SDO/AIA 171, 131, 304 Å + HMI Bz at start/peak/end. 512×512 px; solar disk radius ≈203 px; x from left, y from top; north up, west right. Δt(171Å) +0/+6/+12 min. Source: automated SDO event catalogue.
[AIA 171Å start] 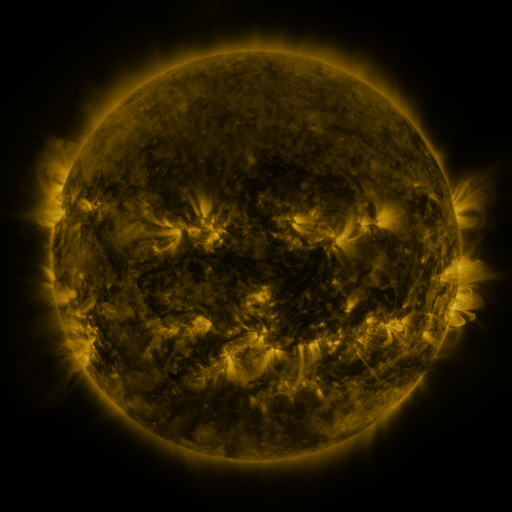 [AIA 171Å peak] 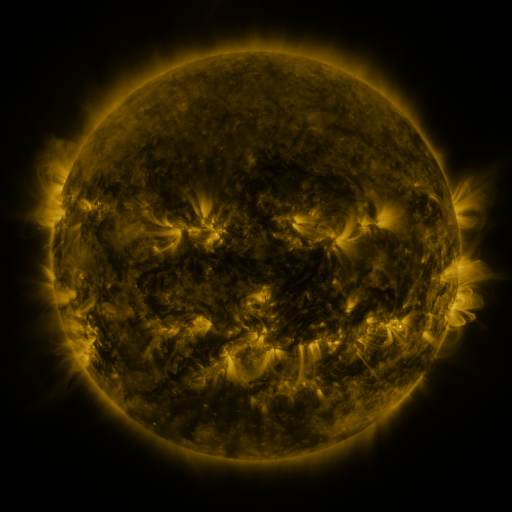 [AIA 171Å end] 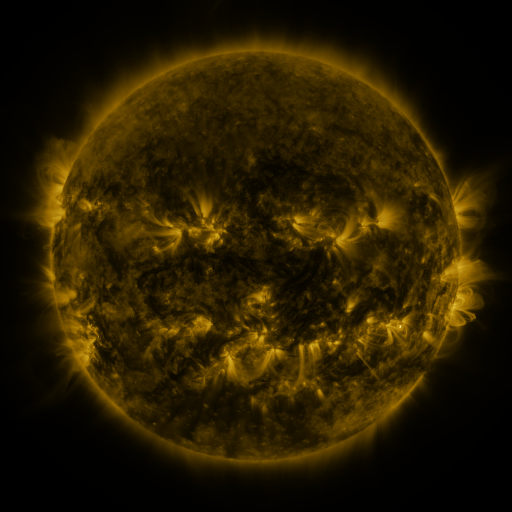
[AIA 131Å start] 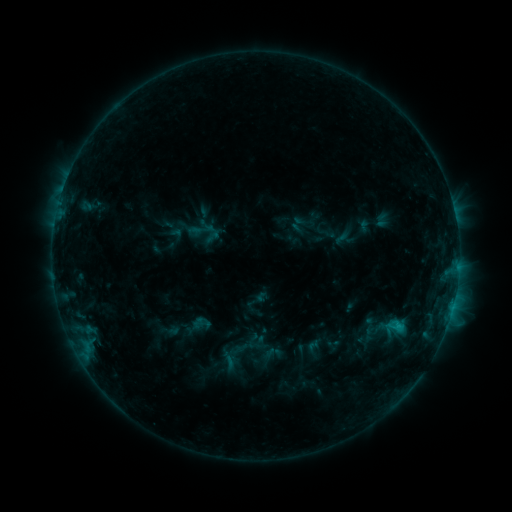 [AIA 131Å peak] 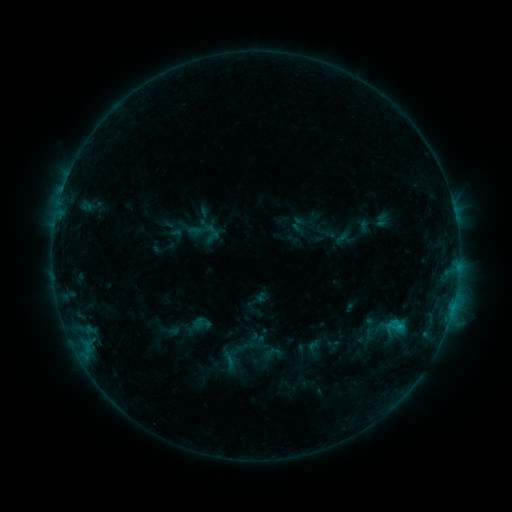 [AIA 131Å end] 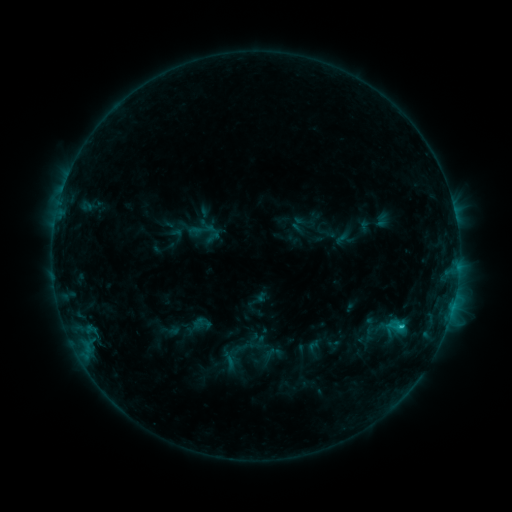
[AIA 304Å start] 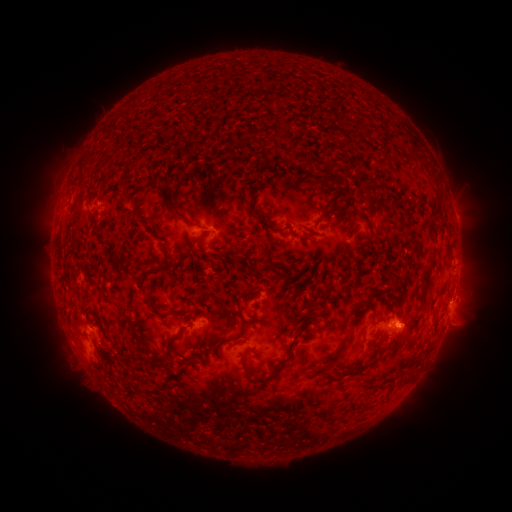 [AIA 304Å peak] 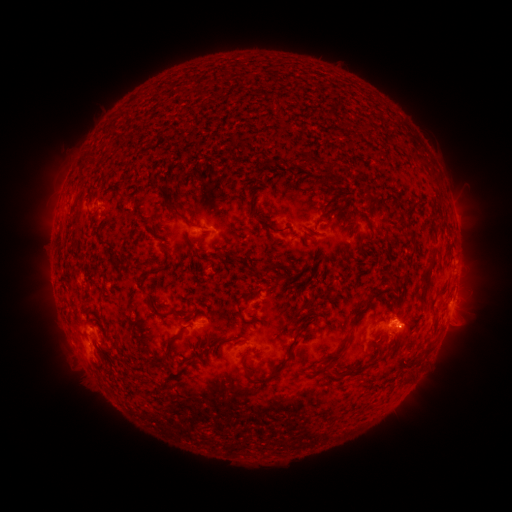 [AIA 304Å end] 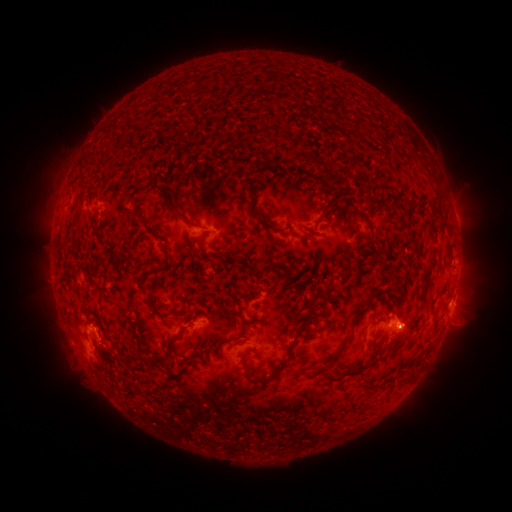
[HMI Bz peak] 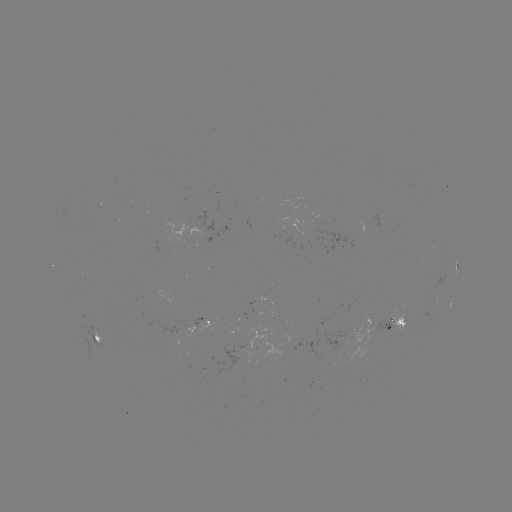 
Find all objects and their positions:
C1.1 flare: (399, 326)
